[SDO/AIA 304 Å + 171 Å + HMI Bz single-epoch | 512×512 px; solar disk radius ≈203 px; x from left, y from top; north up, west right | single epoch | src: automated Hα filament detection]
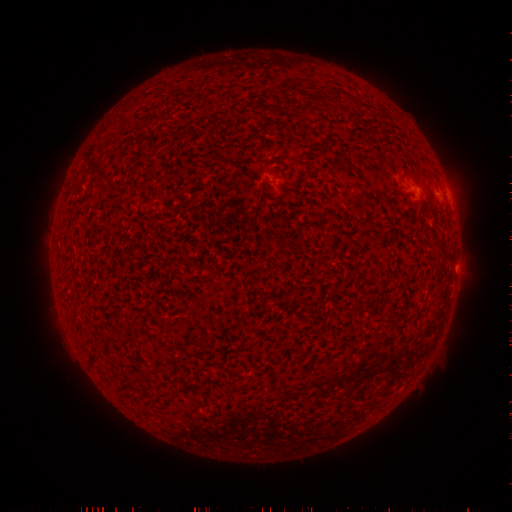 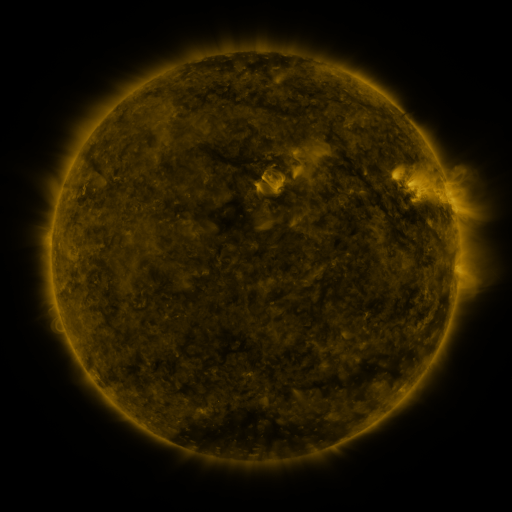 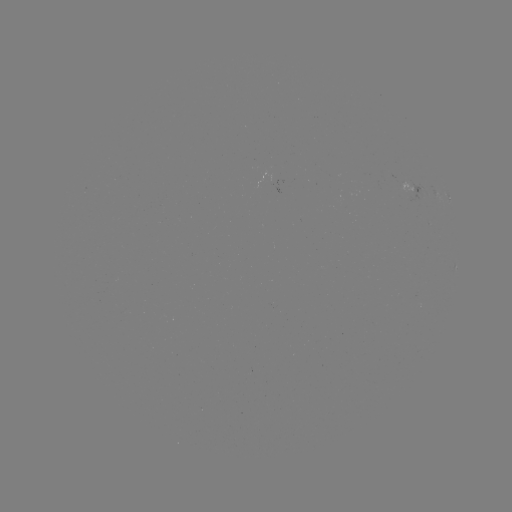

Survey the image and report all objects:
filament: (304, 101, 314, 112)
filament: (356, 304, 374, 318)
filament: (387, 320, 398, 328)
